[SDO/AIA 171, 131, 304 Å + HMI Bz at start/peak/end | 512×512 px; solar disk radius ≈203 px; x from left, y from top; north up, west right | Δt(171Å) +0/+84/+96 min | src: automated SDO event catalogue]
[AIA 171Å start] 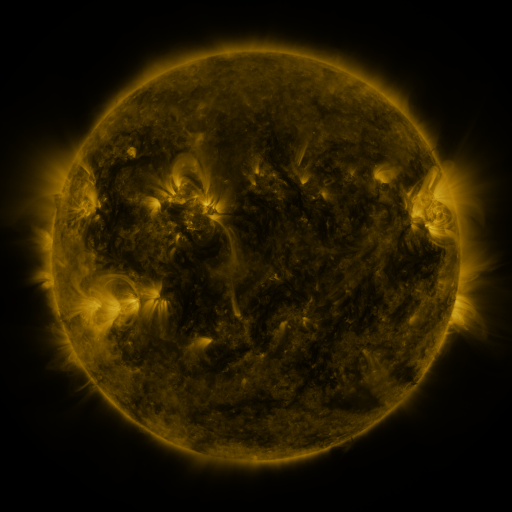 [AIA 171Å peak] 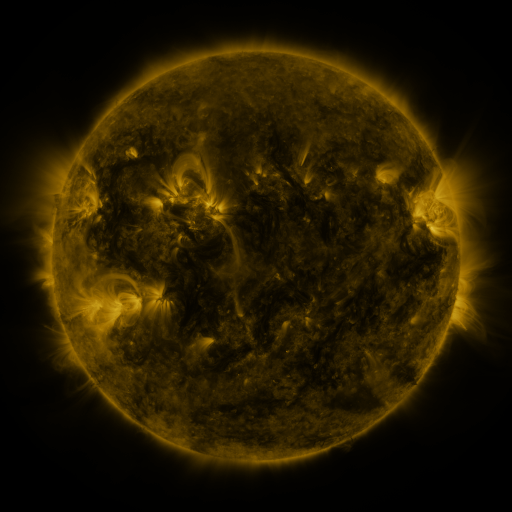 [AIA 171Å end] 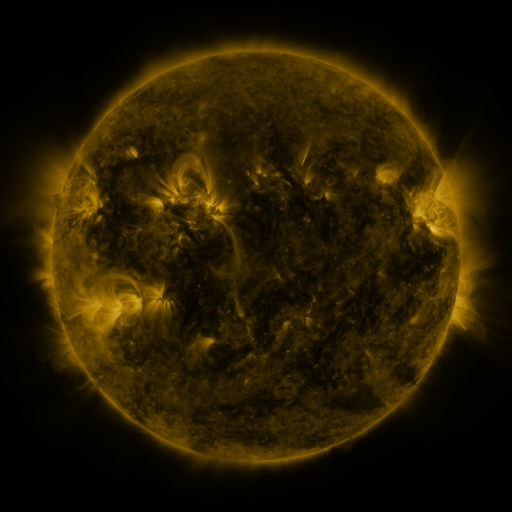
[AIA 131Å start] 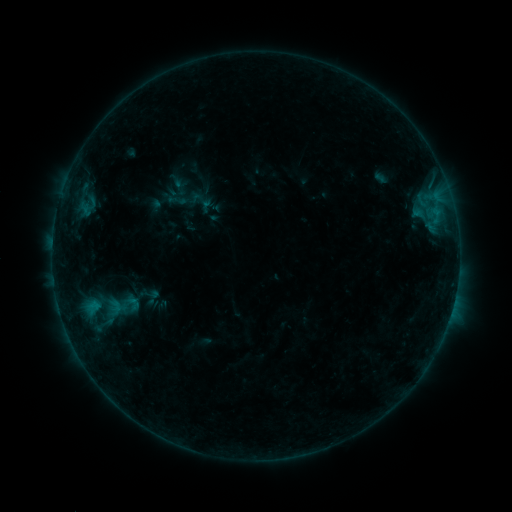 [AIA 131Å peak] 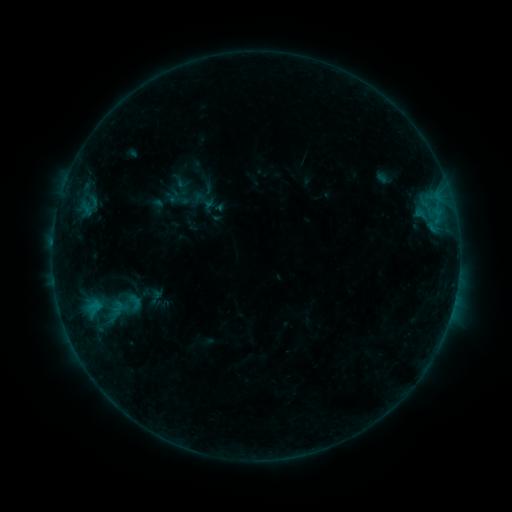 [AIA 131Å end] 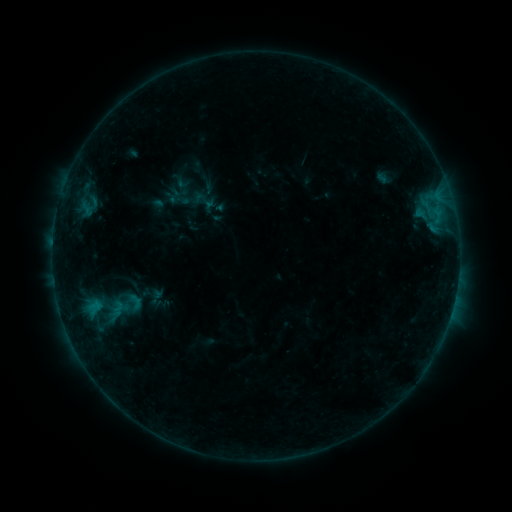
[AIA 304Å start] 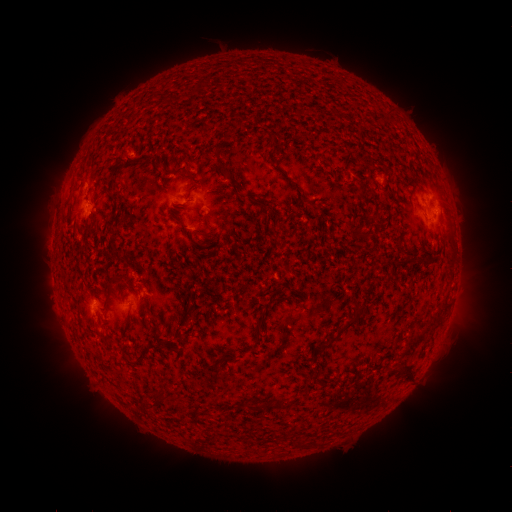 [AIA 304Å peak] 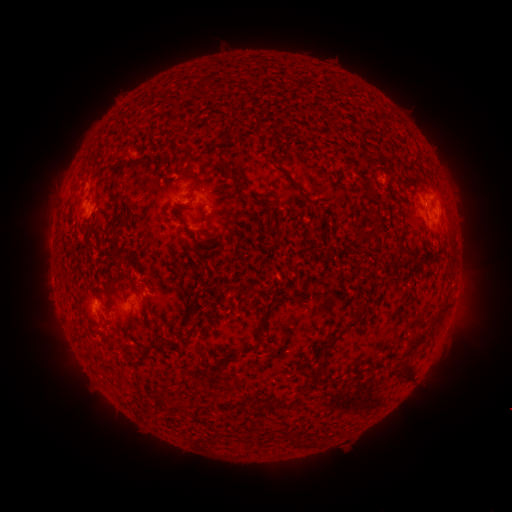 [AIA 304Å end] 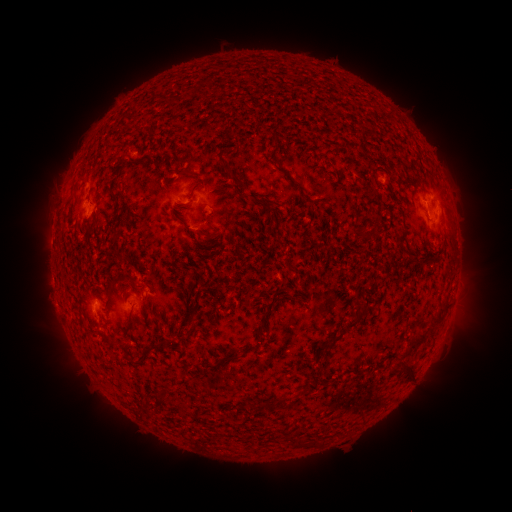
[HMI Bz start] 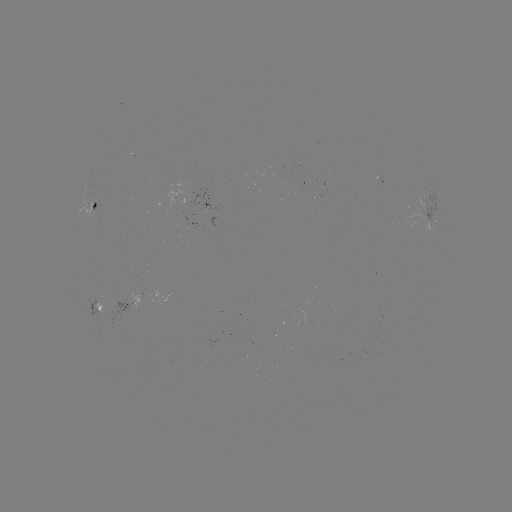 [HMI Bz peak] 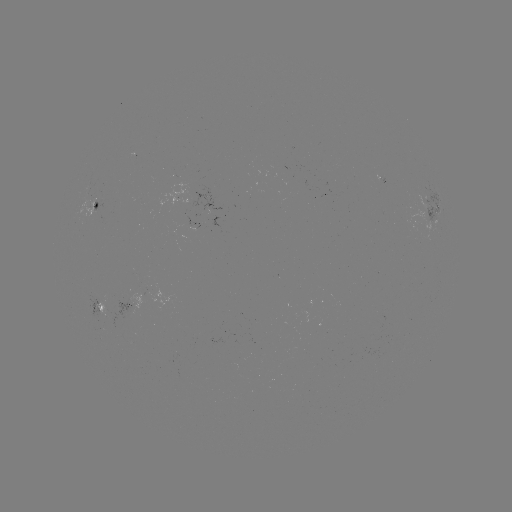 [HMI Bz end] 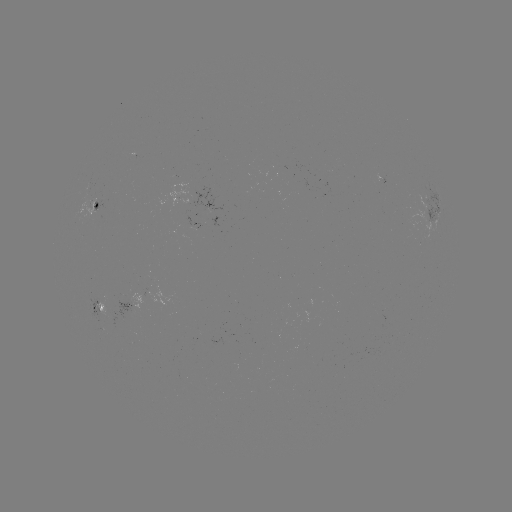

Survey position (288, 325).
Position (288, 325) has emerging-flux region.